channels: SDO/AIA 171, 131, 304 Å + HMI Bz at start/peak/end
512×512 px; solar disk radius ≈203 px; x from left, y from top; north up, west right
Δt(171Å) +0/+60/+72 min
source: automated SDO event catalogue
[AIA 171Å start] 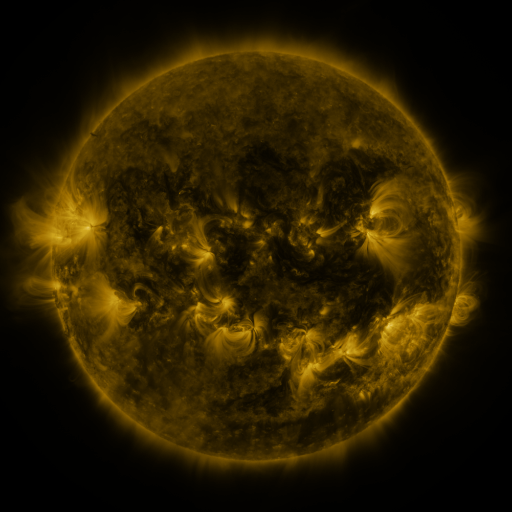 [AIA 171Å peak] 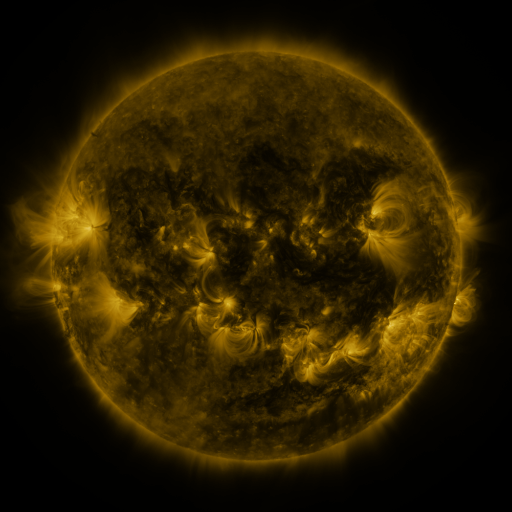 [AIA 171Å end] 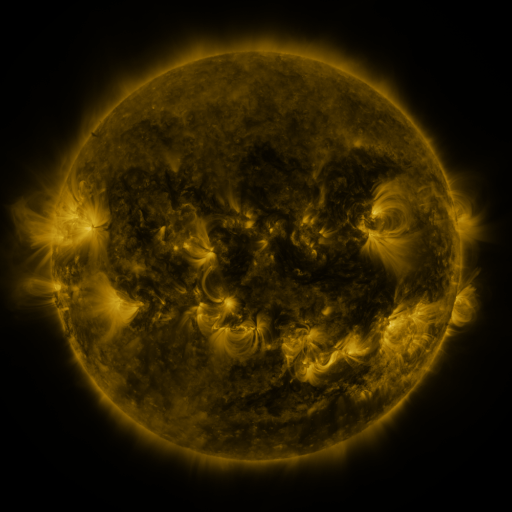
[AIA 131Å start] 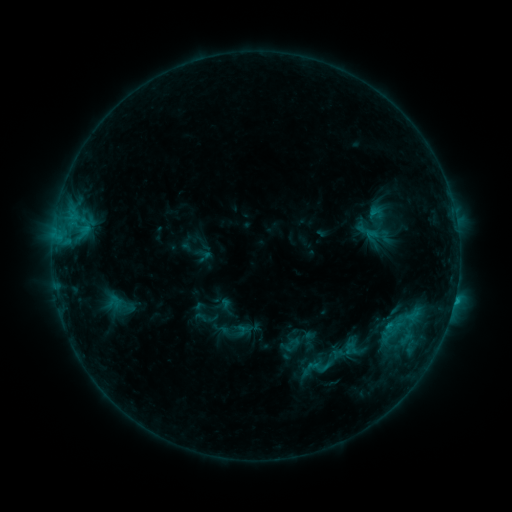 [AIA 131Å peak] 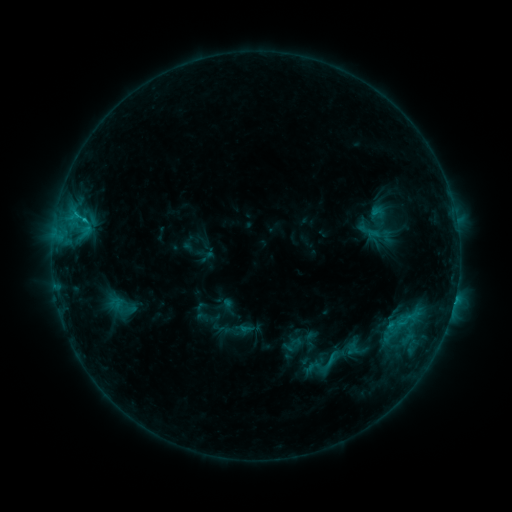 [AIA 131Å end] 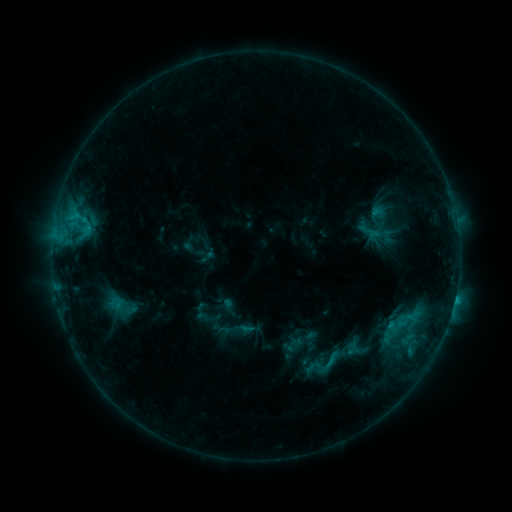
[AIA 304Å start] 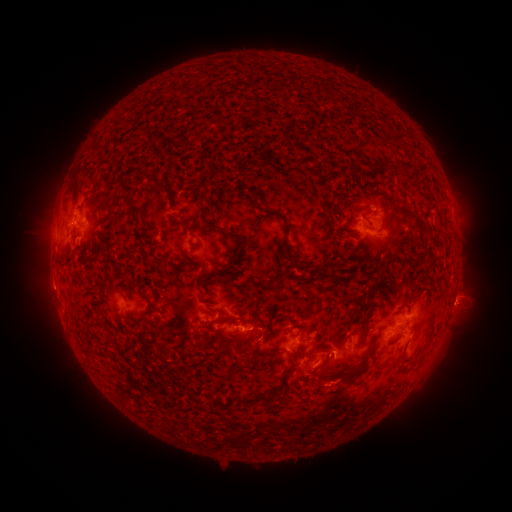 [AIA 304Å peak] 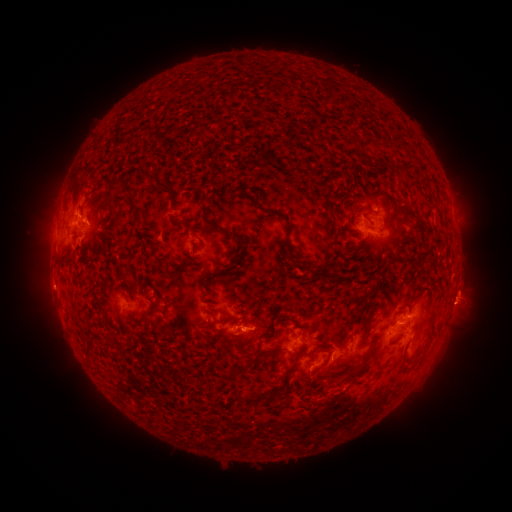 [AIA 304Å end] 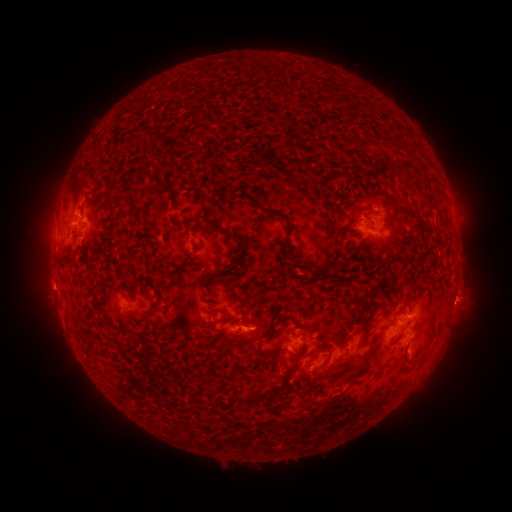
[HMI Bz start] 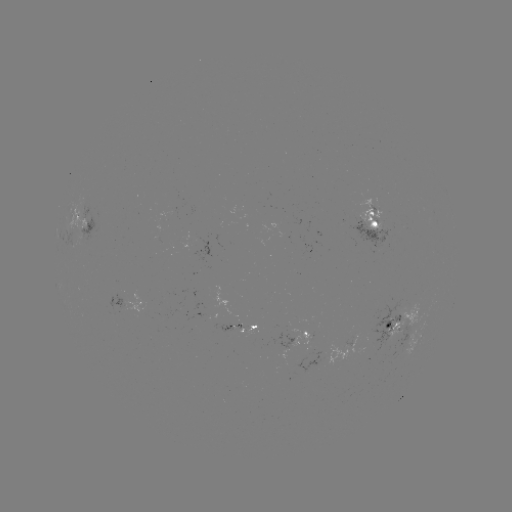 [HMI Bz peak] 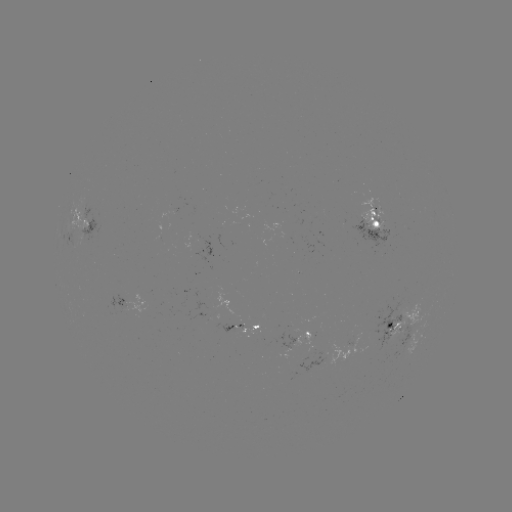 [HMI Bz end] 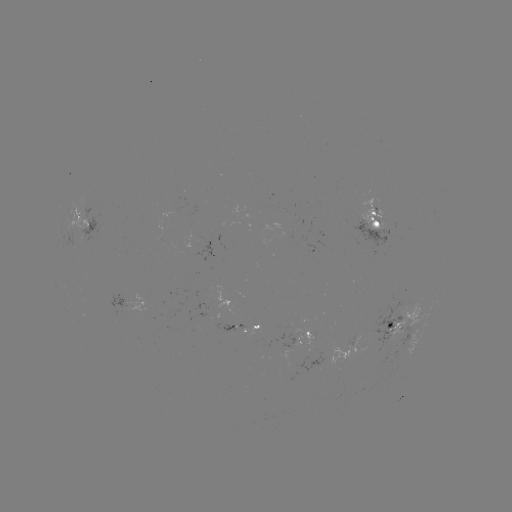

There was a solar emerging-flux region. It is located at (403, 332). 